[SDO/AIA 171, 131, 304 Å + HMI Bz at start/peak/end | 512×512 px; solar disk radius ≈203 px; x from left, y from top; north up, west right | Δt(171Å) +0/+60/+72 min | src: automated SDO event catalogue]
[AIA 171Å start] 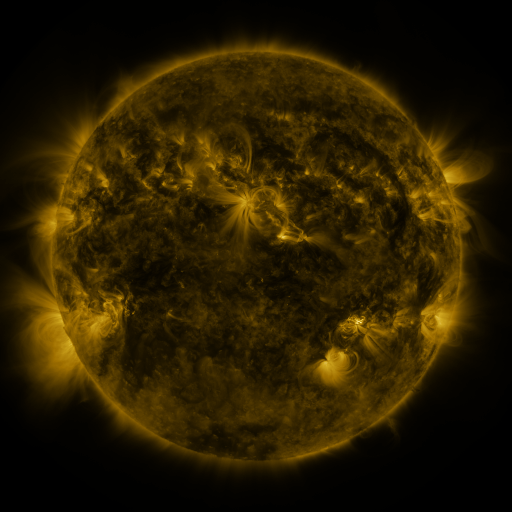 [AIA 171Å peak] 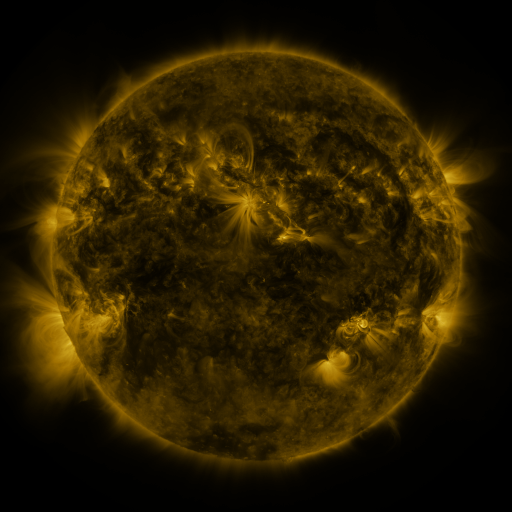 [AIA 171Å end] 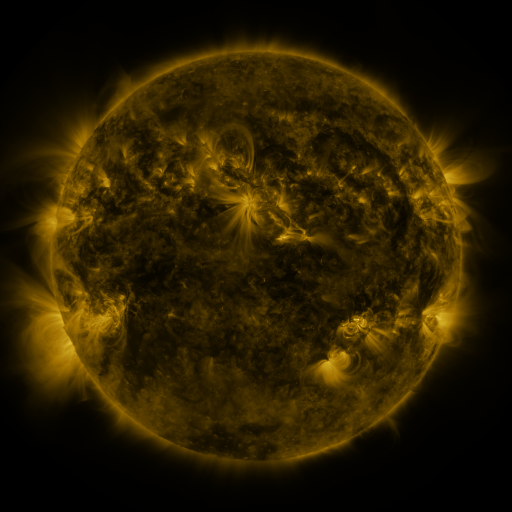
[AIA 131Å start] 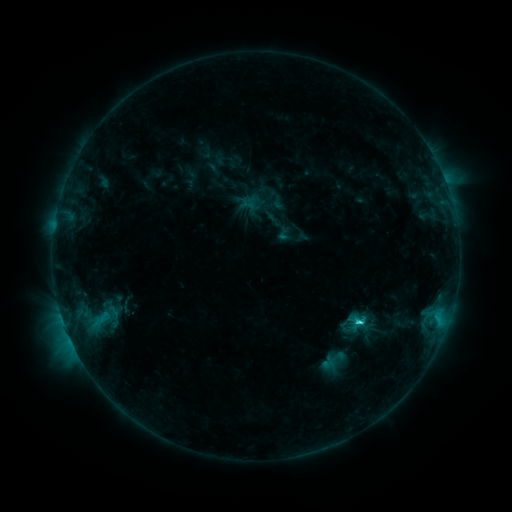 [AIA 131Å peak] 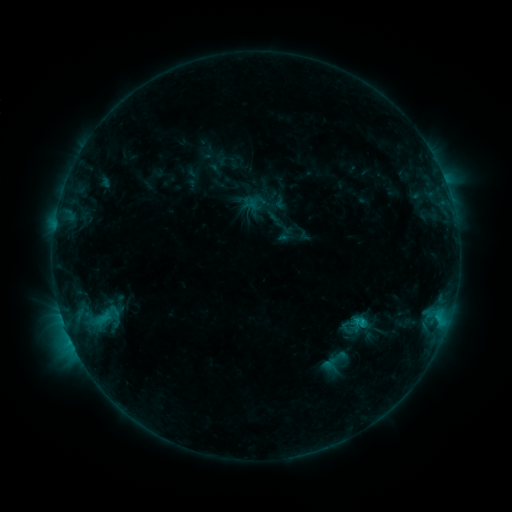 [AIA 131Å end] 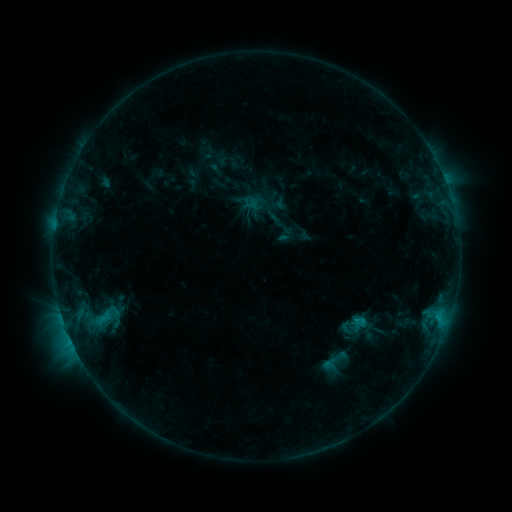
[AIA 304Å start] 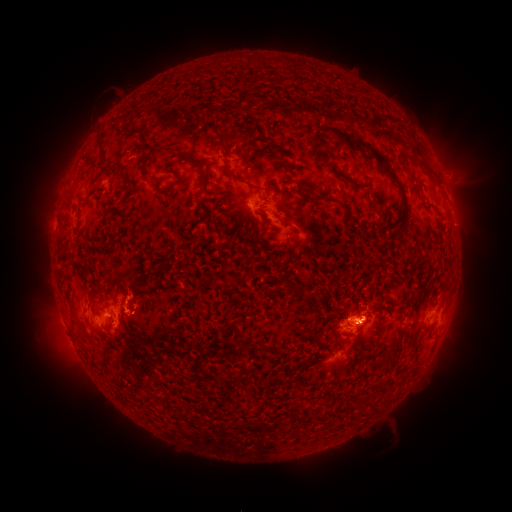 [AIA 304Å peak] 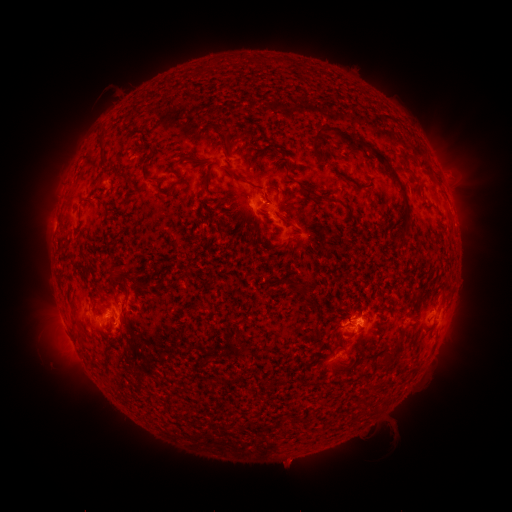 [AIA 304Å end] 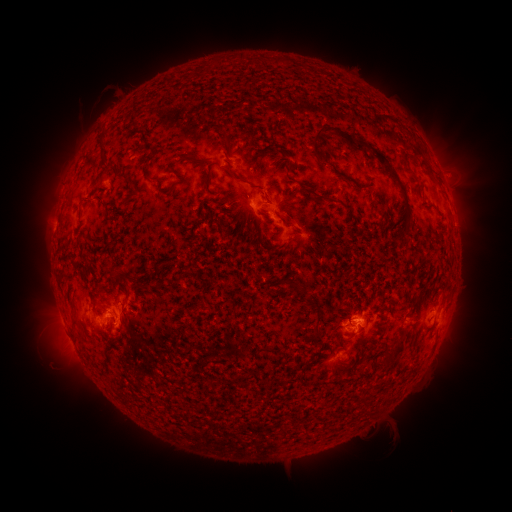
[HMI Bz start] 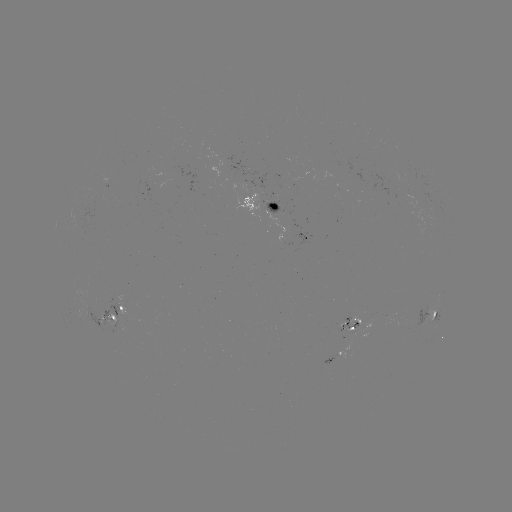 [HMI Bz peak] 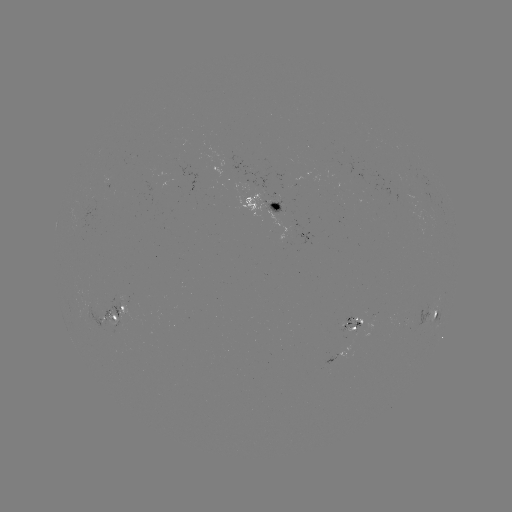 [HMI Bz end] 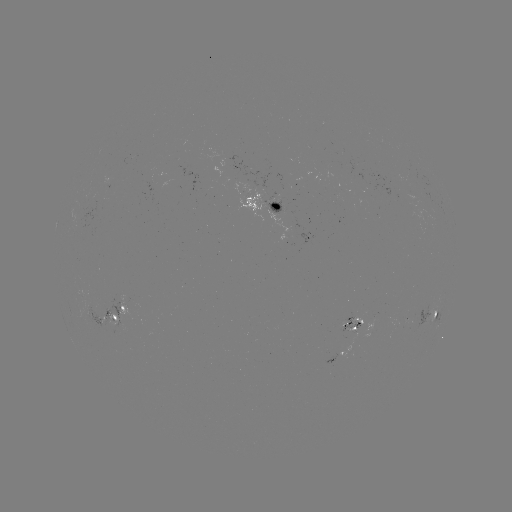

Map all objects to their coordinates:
emerging-flux region: (109, 324)
